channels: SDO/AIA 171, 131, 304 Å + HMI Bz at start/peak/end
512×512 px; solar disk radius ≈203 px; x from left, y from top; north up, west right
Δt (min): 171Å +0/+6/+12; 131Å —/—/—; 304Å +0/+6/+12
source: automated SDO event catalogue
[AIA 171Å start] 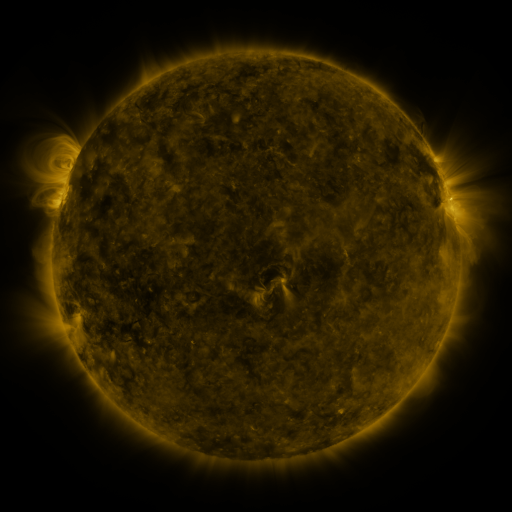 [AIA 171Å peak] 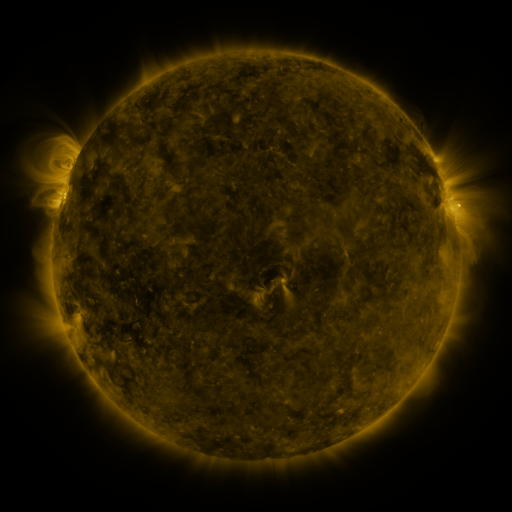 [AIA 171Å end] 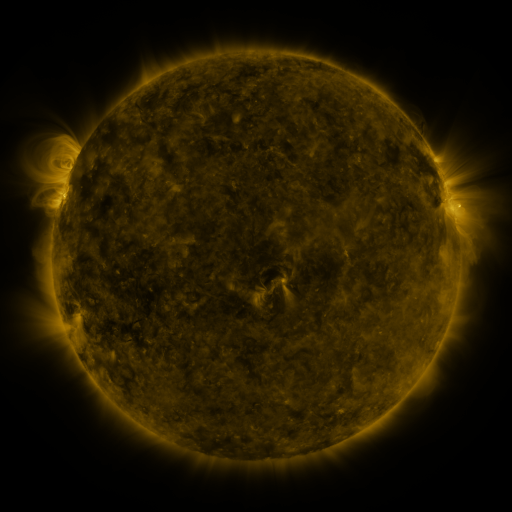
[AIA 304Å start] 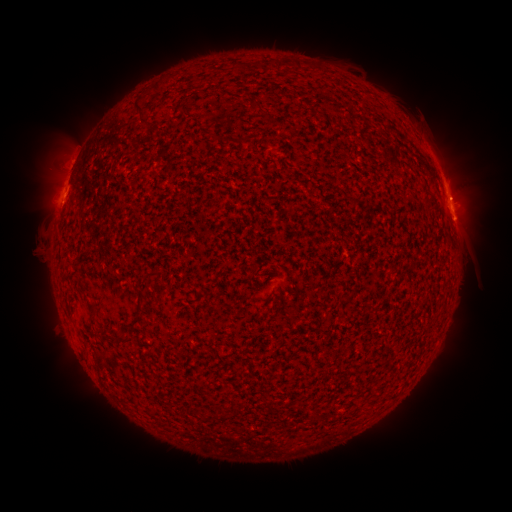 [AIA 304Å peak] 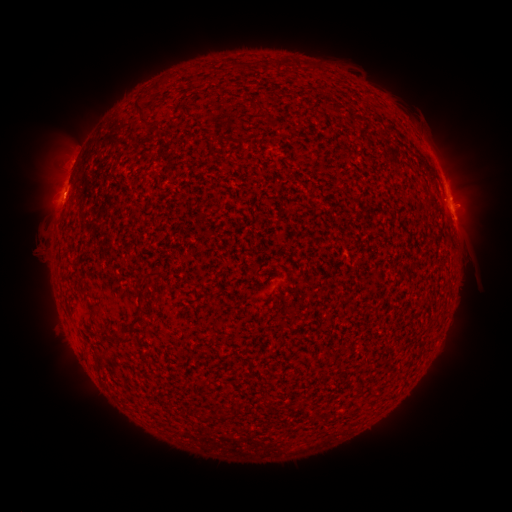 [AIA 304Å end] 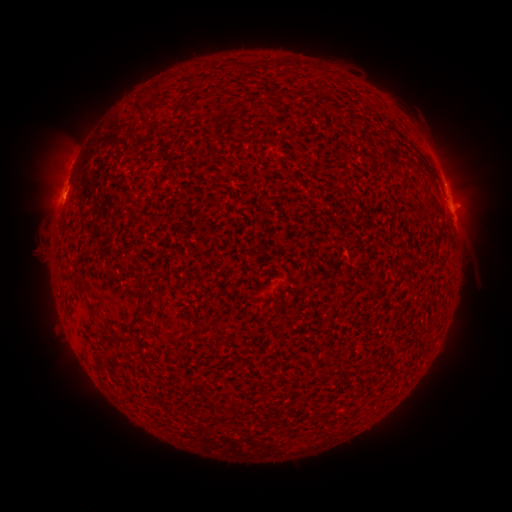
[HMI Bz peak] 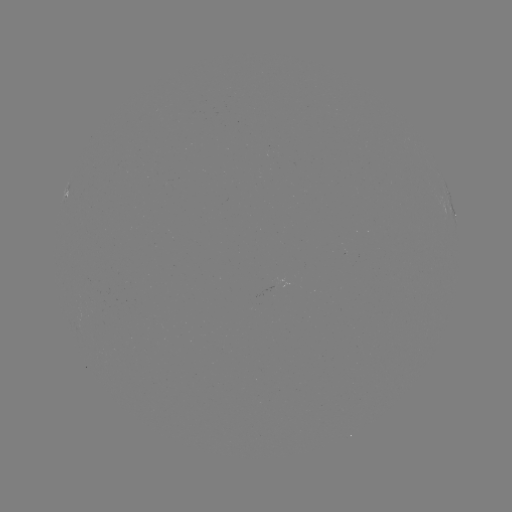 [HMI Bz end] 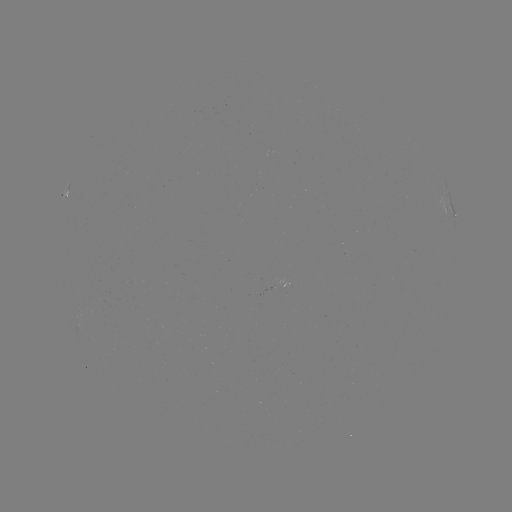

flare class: C2.7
